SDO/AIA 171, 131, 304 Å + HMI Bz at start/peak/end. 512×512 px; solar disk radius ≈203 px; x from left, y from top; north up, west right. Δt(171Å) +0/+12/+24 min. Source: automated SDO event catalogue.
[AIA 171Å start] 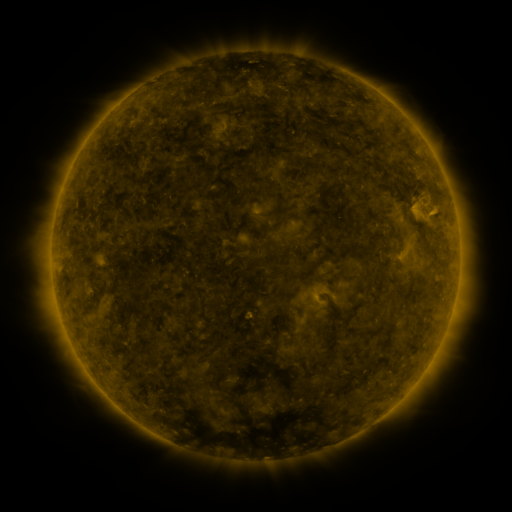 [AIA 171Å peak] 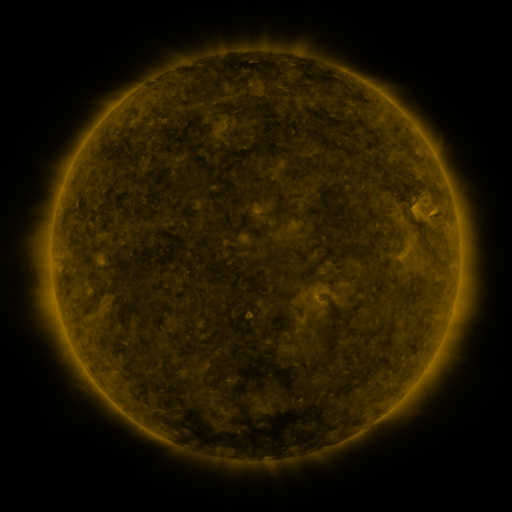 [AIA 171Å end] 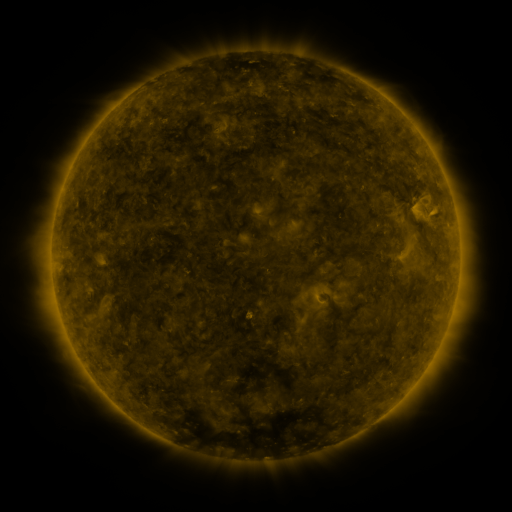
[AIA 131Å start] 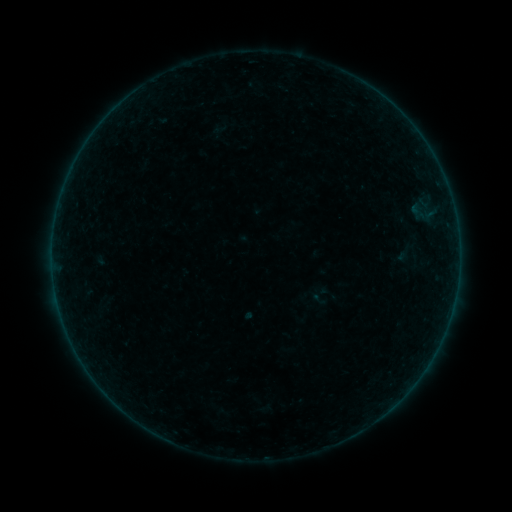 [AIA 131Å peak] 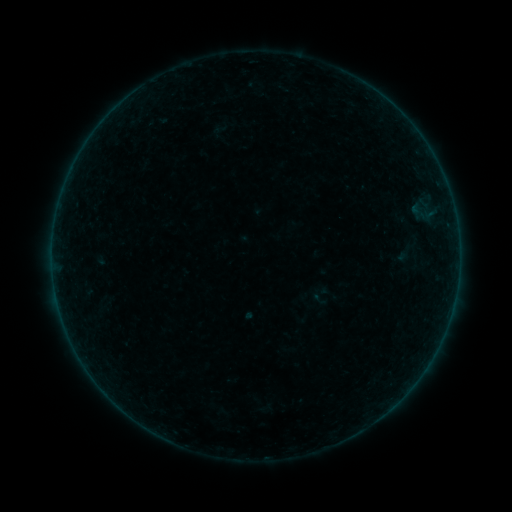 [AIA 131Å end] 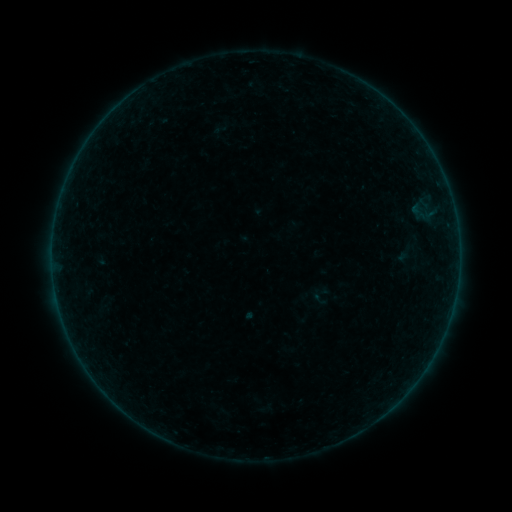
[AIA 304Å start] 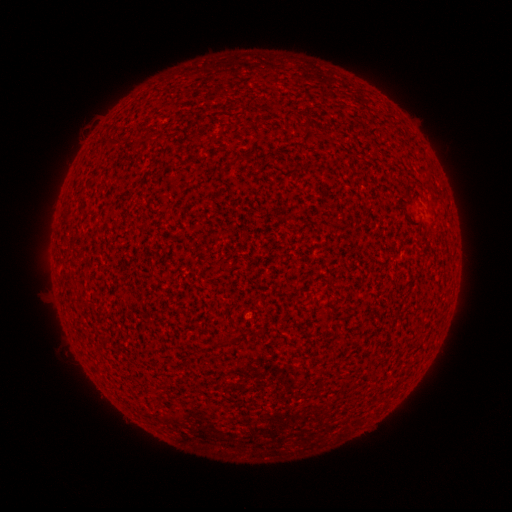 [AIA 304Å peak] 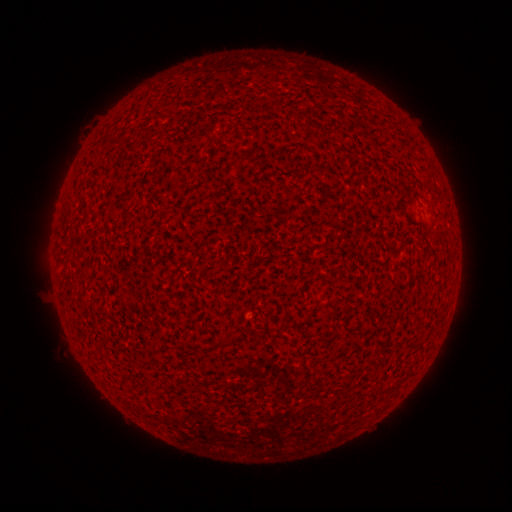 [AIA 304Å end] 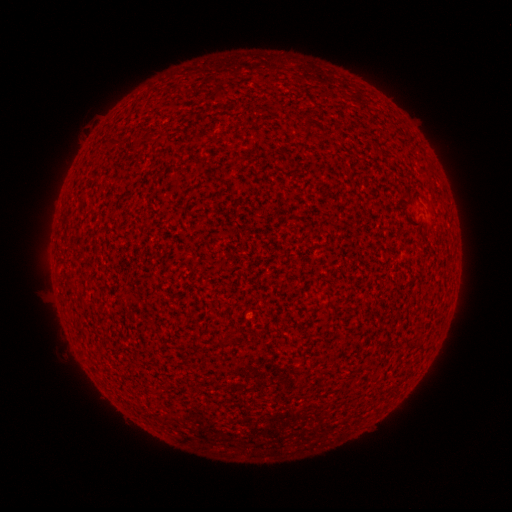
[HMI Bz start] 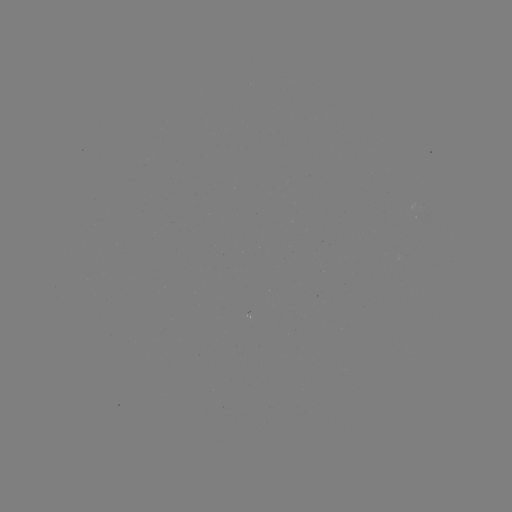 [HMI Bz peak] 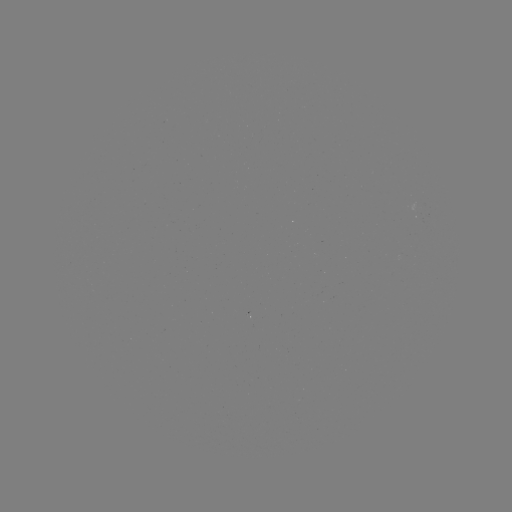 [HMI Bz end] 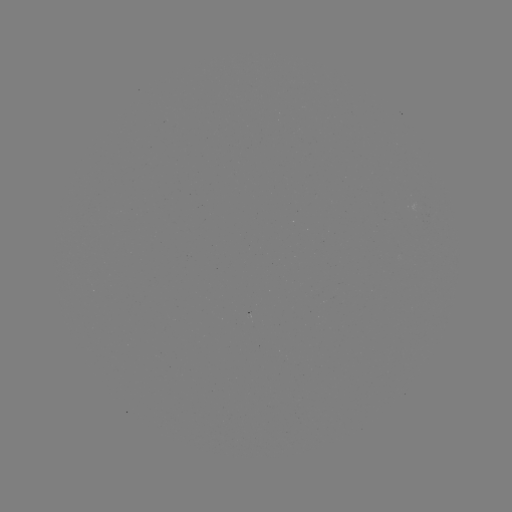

no classed flare was catalogued and no EUV brightening was flagged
